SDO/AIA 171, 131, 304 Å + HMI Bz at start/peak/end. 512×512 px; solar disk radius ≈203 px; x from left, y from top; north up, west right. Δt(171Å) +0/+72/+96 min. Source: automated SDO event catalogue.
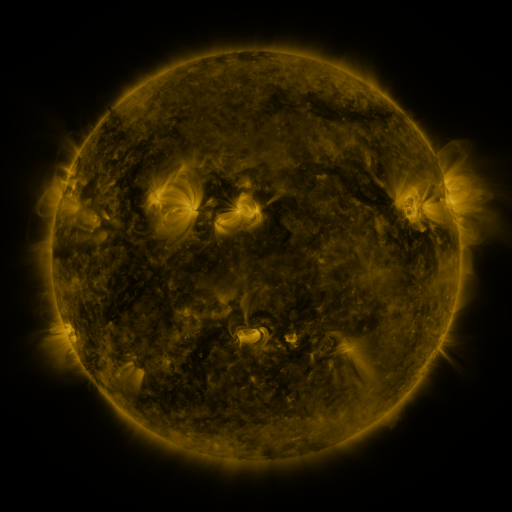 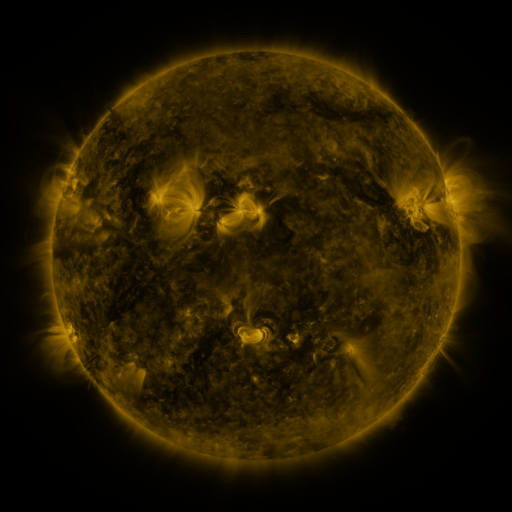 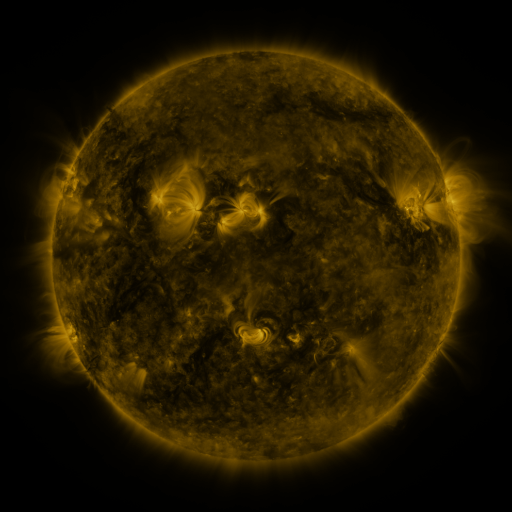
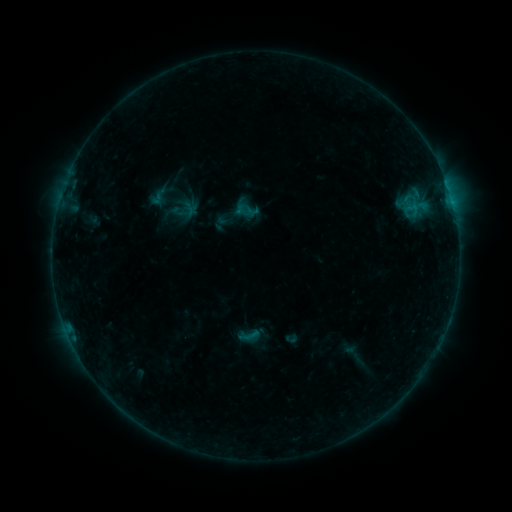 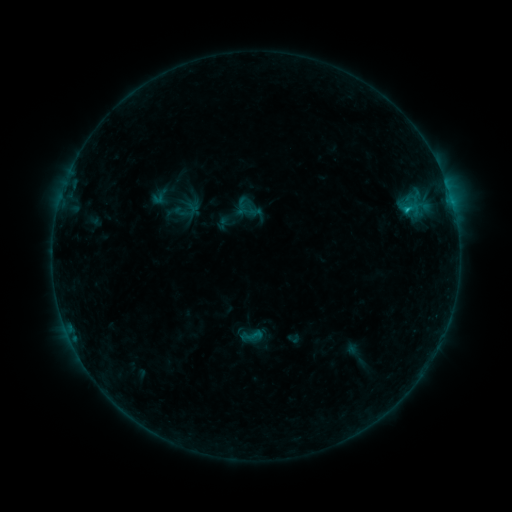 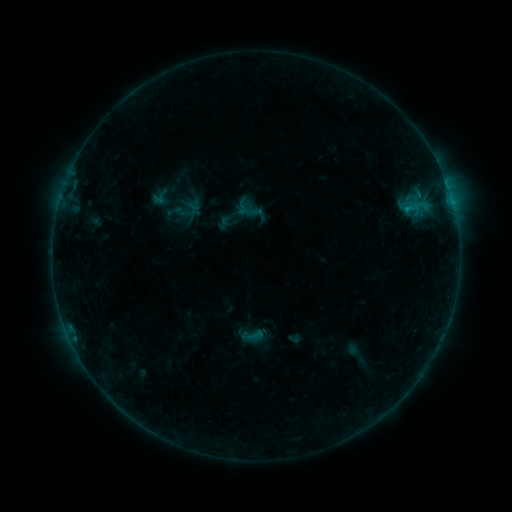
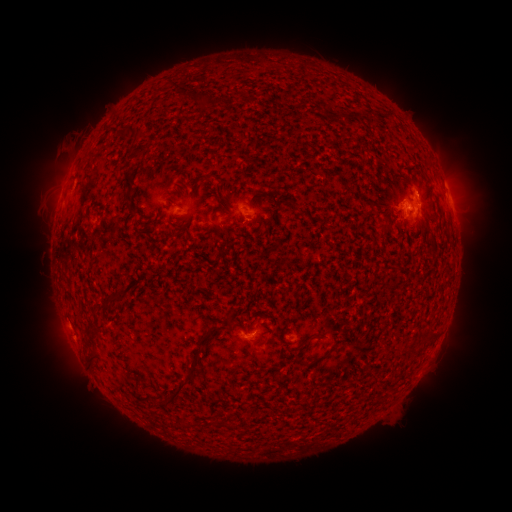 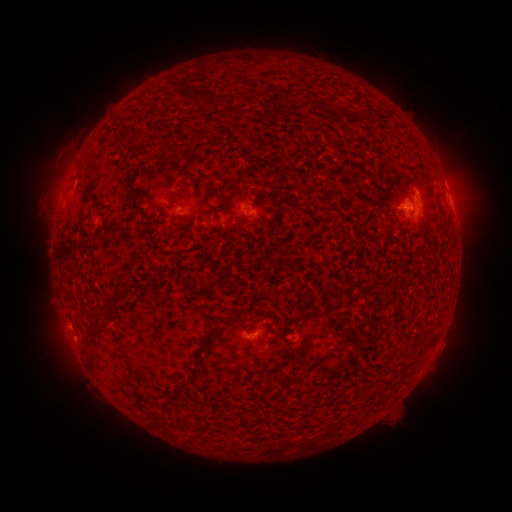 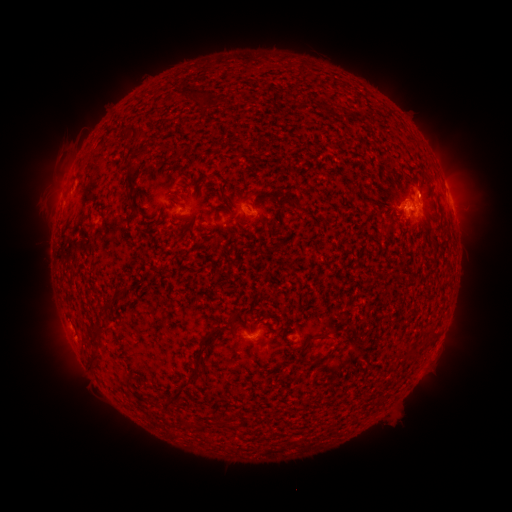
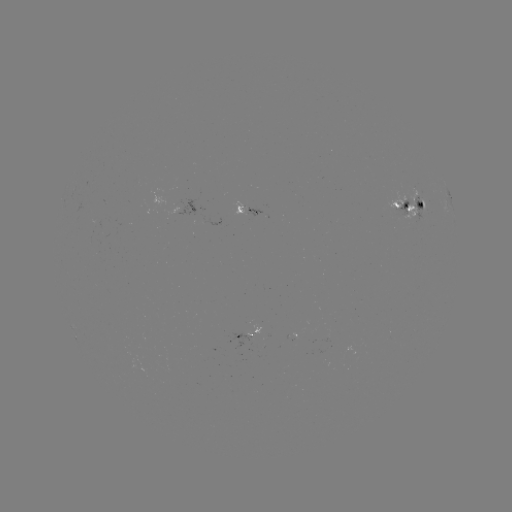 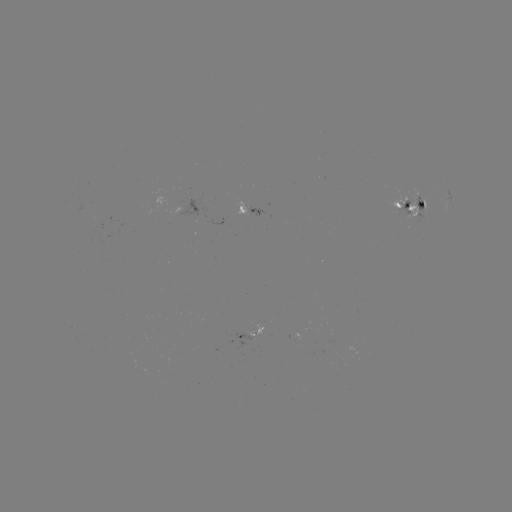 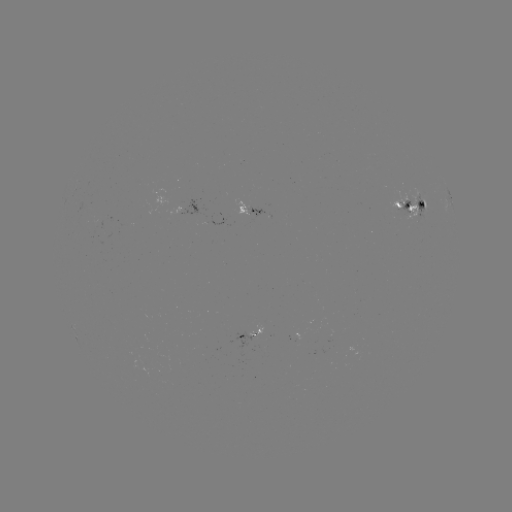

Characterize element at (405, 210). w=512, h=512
B8.6 flare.